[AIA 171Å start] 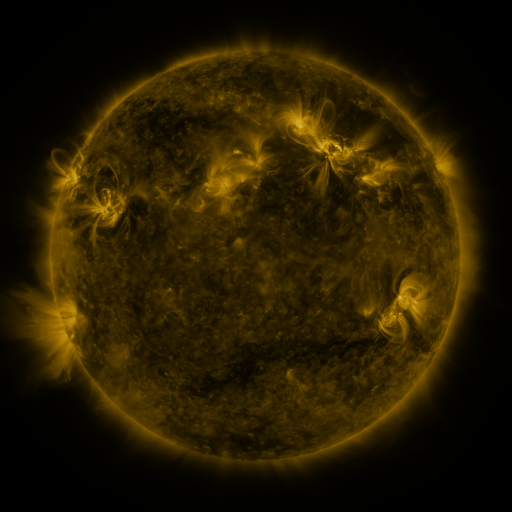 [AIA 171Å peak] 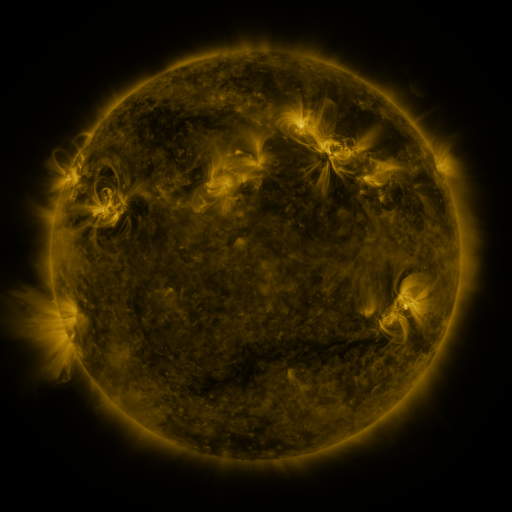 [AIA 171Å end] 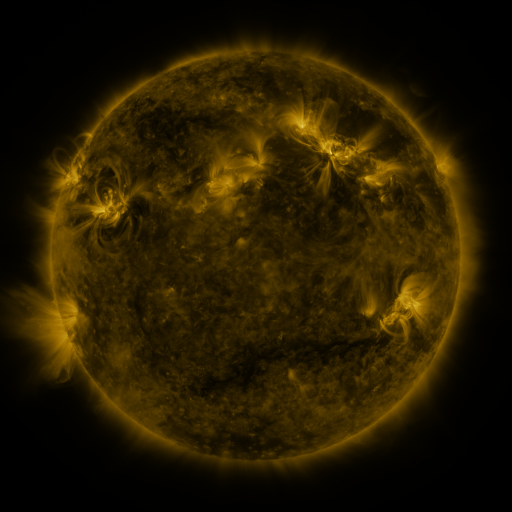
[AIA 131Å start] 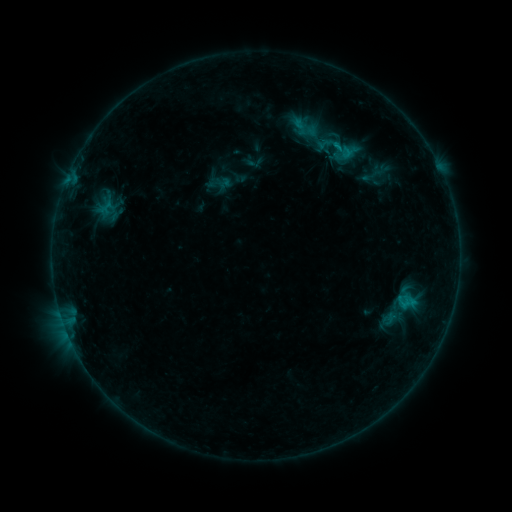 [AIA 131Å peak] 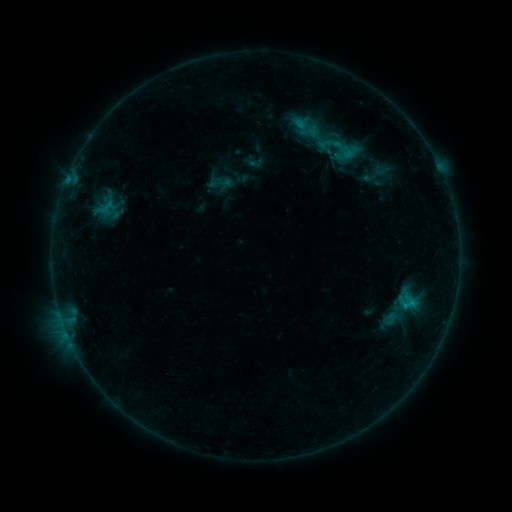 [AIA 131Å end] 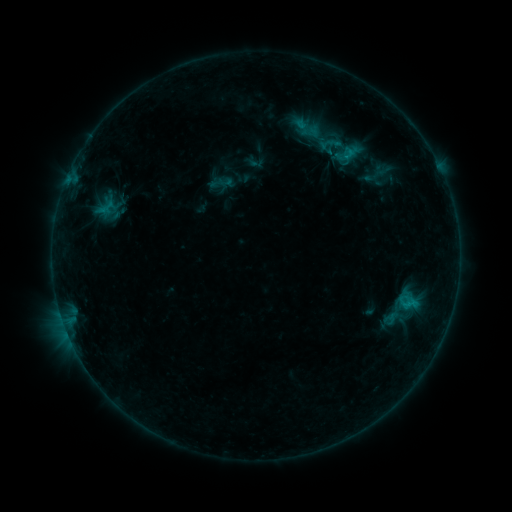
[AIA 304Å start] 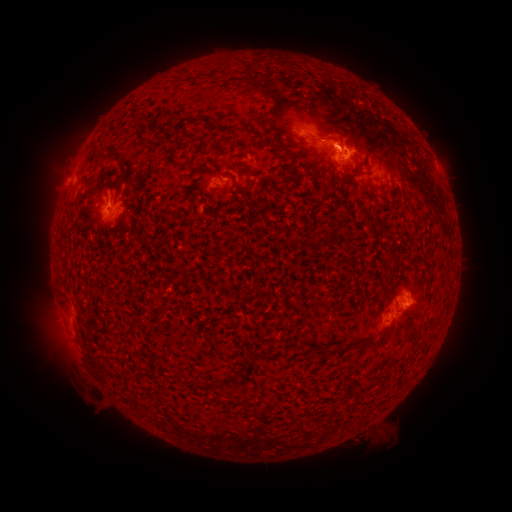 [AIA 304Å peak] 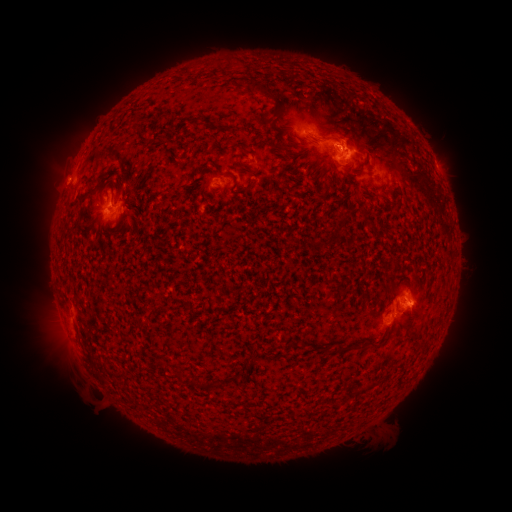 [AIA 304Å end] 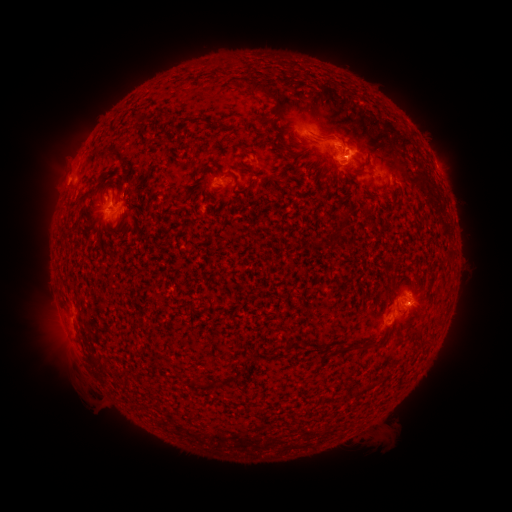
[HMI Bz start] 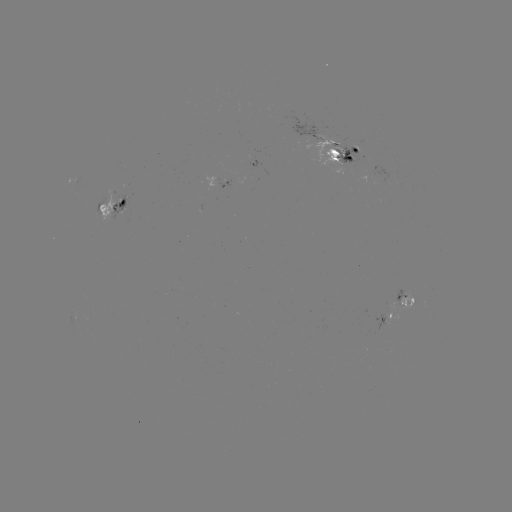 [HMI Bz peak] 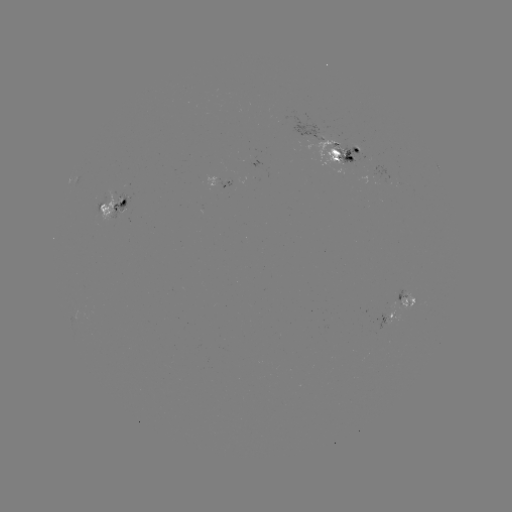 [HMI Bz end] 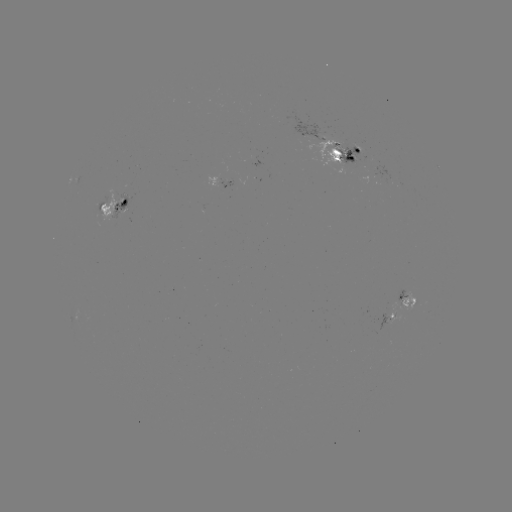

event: emerging-flux region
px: (346, 154)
